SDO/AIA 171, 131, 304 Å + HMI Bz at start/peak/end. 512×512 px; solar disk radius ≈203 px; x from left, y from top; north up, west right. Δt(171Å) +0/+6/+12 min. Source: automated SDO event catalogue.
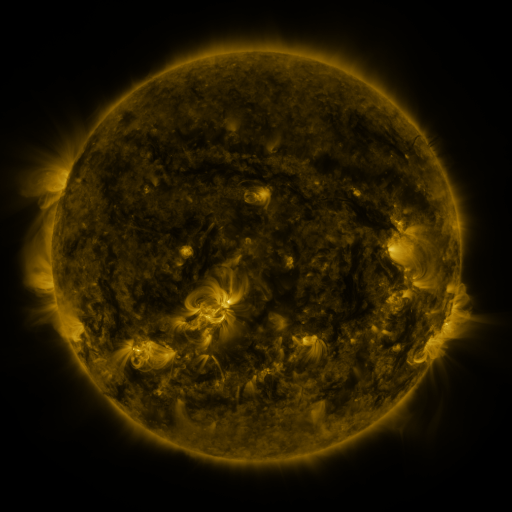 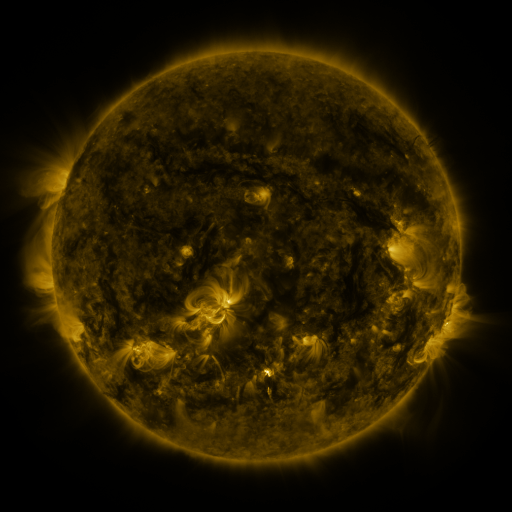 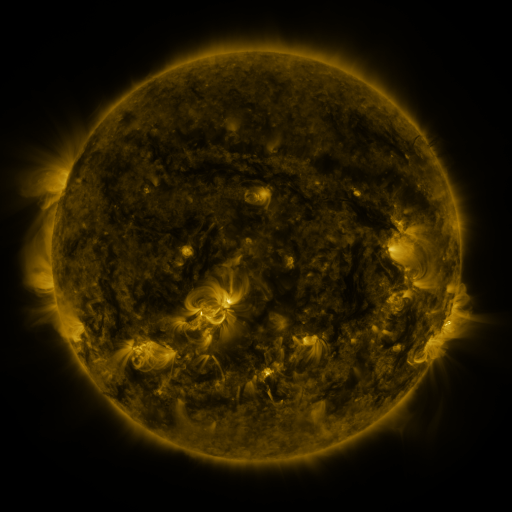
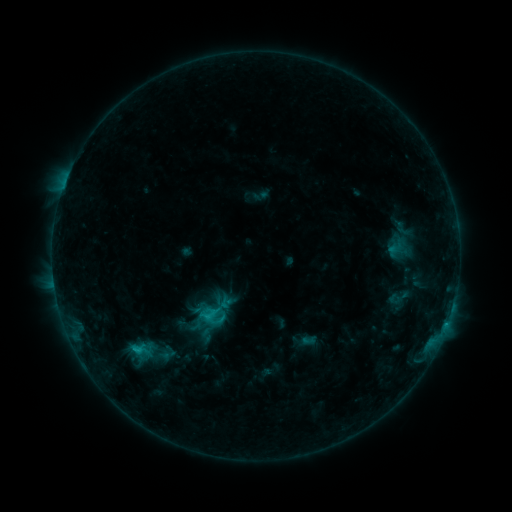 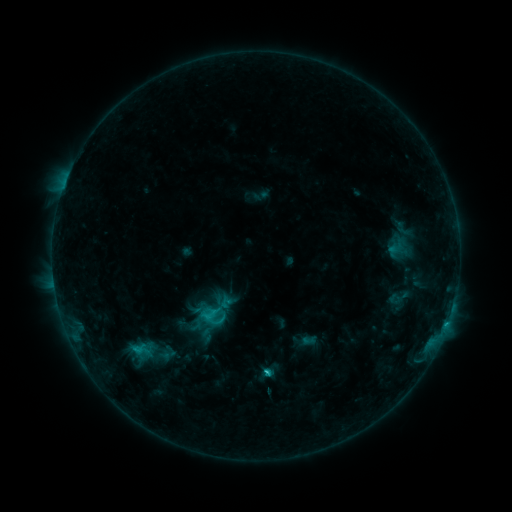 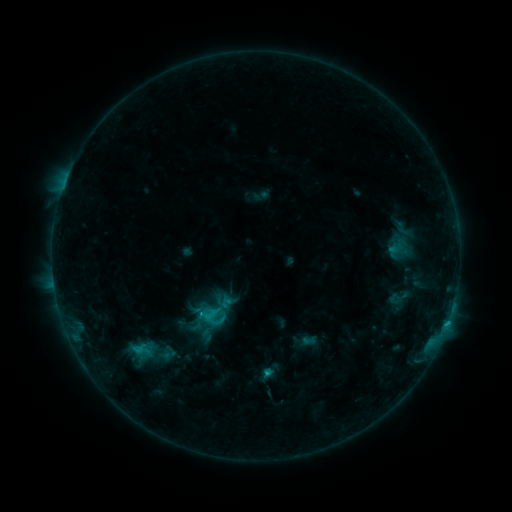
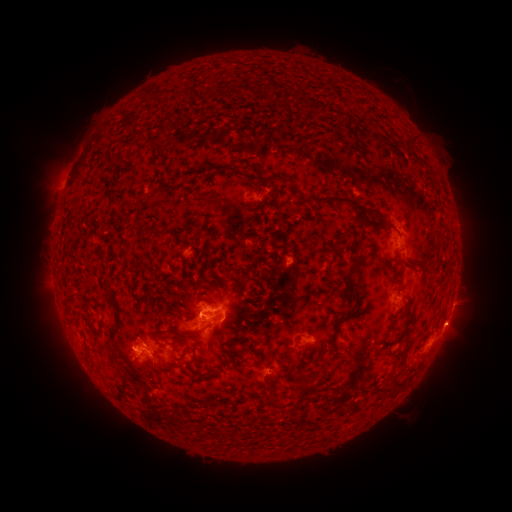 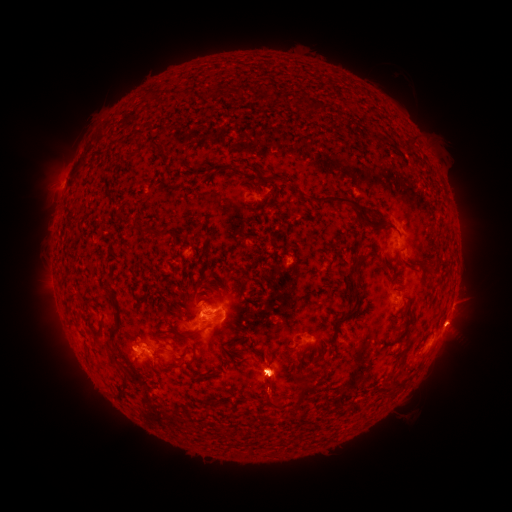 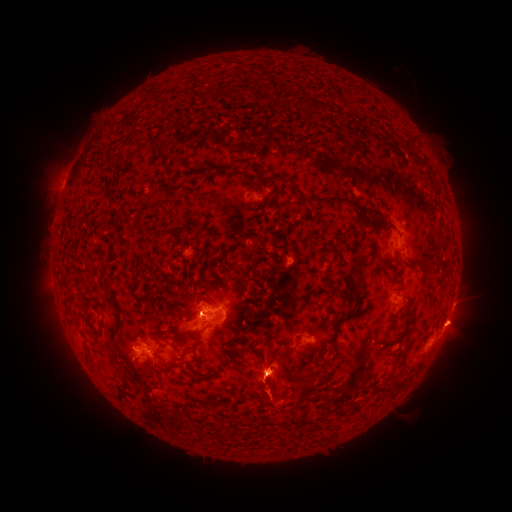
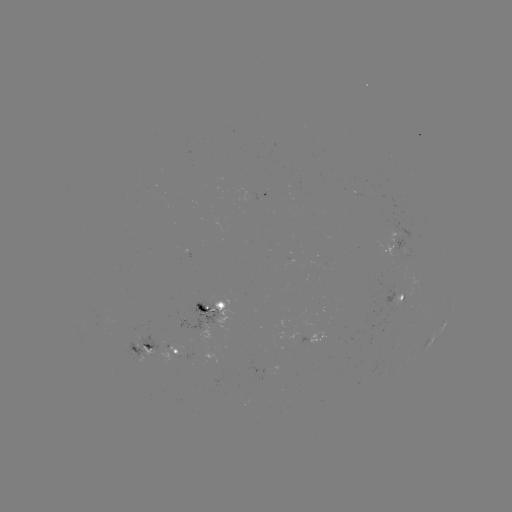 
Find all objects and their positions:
eruption: (271, 378)
